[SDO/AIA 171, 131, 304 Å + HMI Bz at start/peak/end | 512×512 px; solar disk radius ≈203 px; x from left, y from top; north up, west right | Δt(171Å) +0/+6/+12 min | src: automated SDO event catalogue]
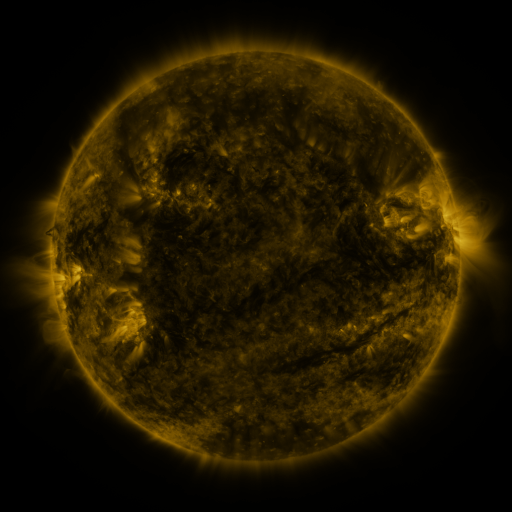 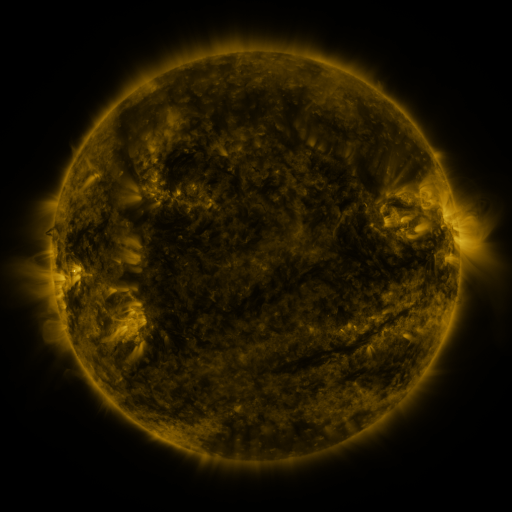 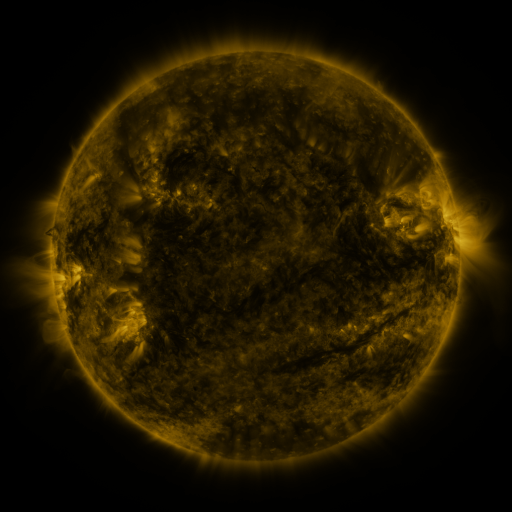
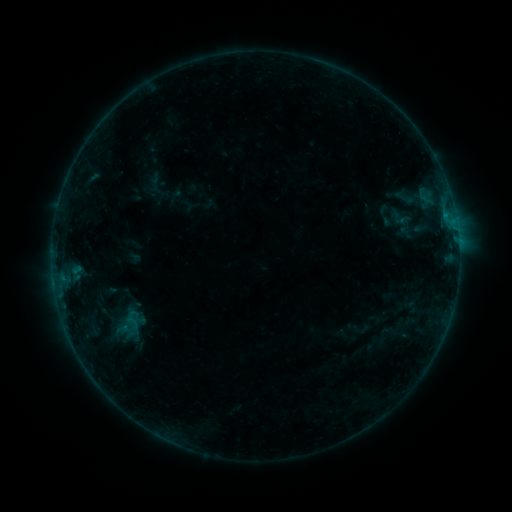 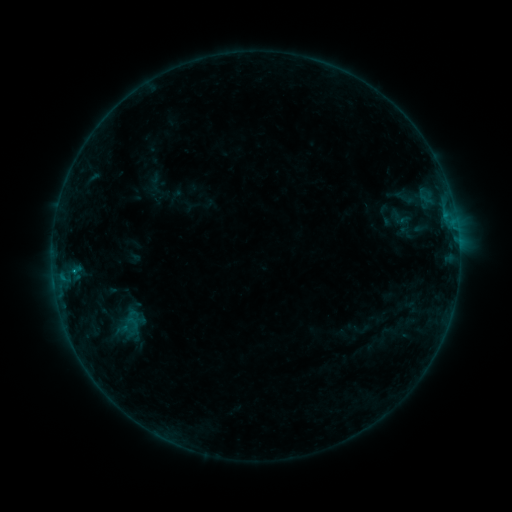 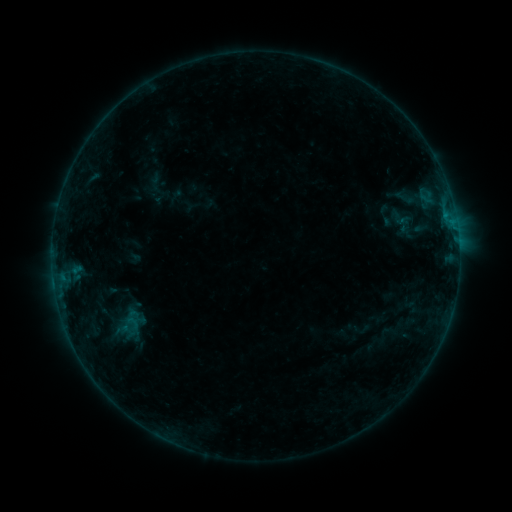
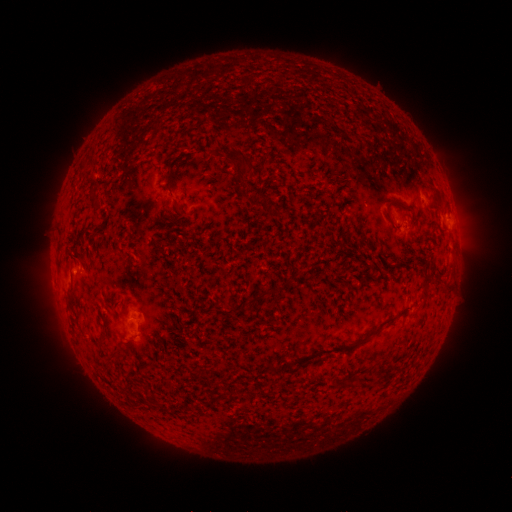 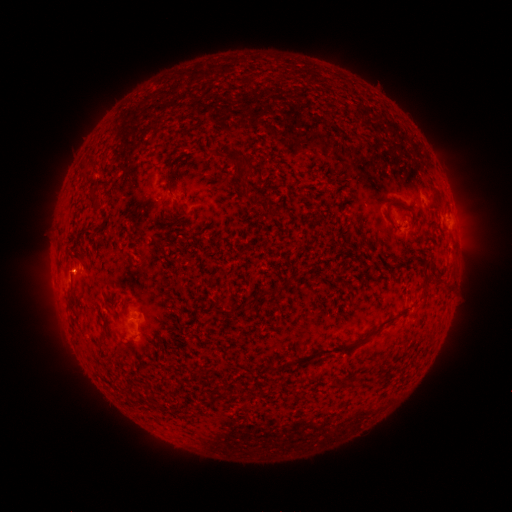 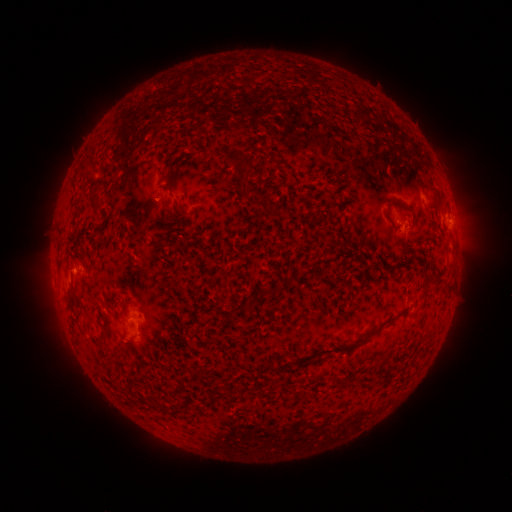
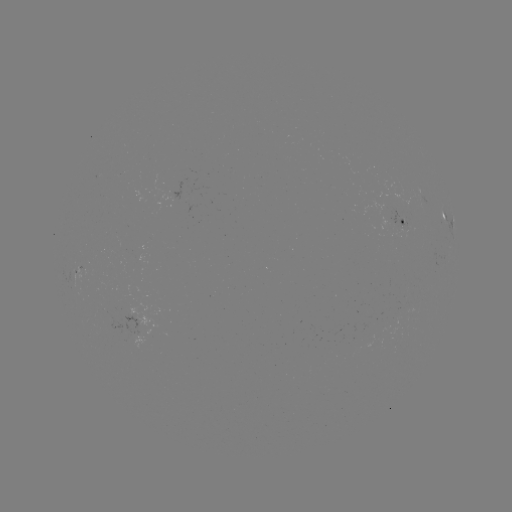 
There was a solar flare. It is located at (74, 269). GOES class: B2.6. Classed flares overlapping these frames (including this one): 1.